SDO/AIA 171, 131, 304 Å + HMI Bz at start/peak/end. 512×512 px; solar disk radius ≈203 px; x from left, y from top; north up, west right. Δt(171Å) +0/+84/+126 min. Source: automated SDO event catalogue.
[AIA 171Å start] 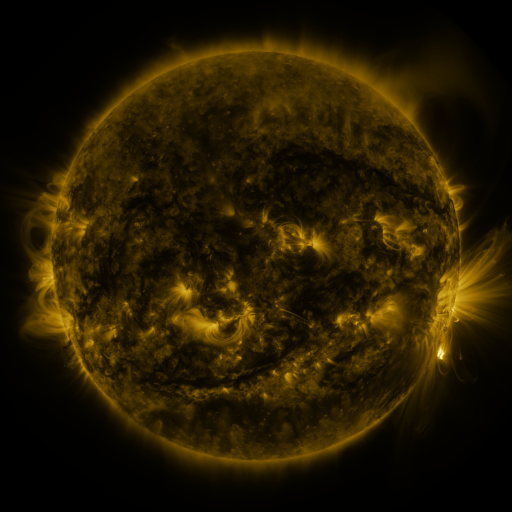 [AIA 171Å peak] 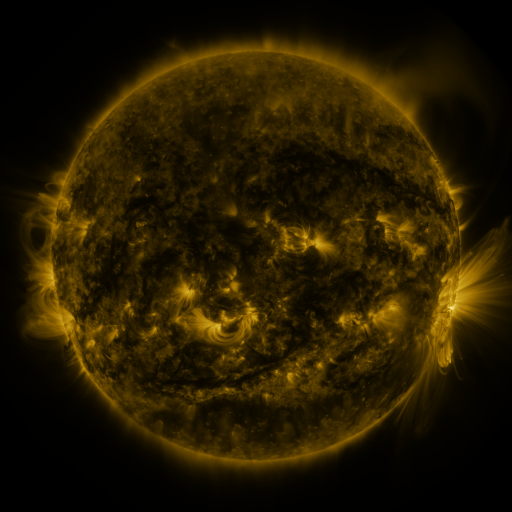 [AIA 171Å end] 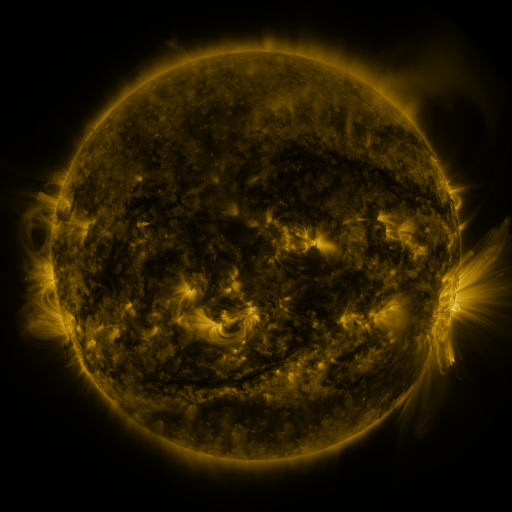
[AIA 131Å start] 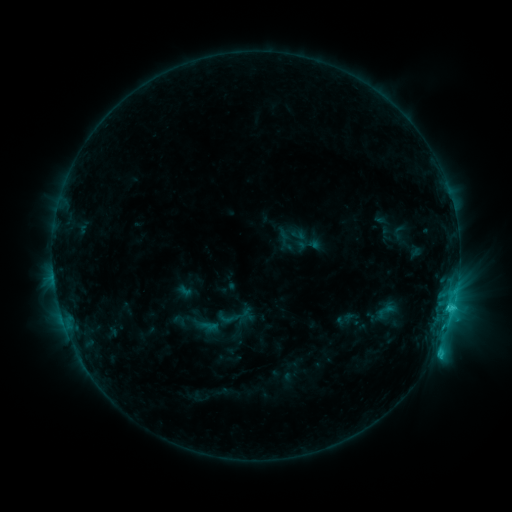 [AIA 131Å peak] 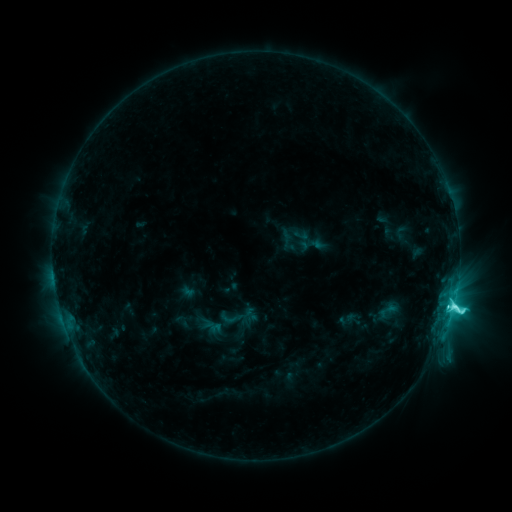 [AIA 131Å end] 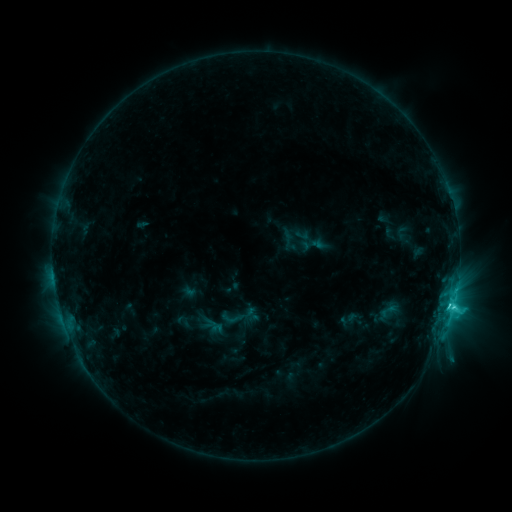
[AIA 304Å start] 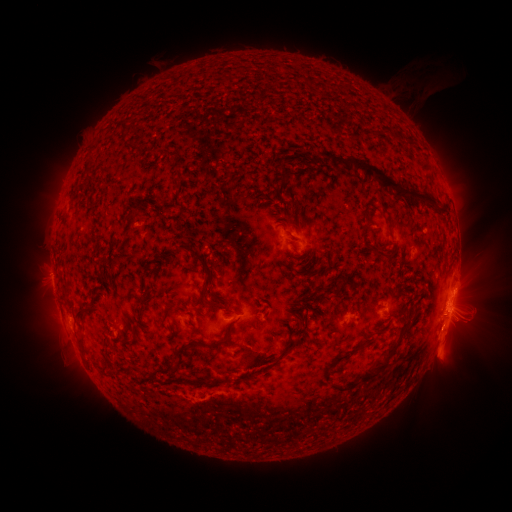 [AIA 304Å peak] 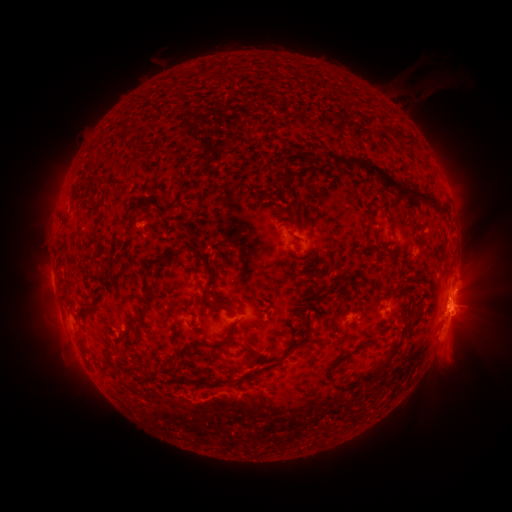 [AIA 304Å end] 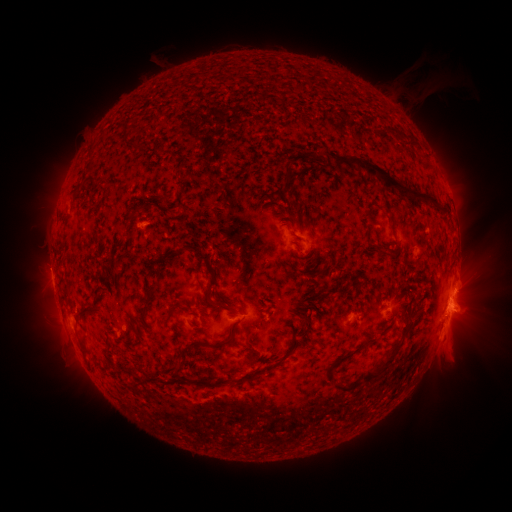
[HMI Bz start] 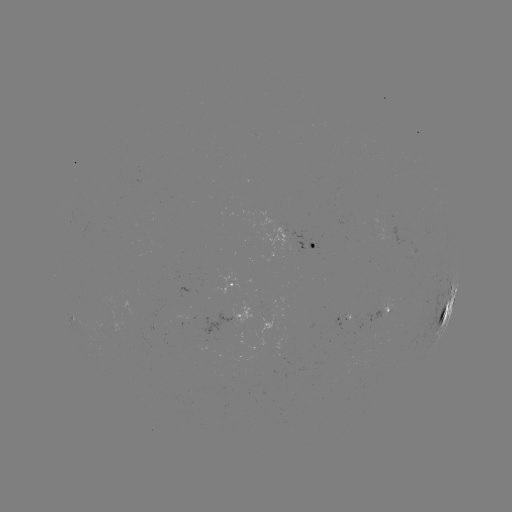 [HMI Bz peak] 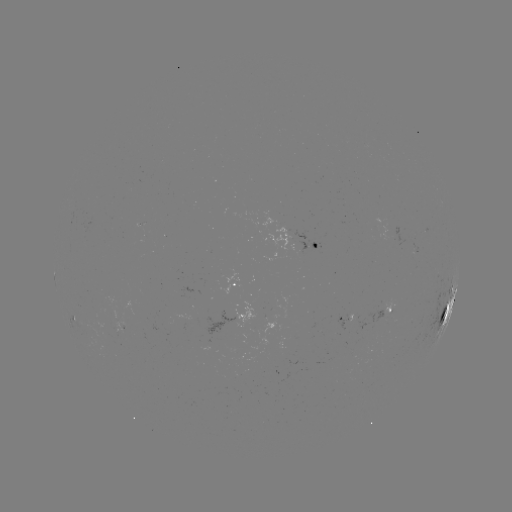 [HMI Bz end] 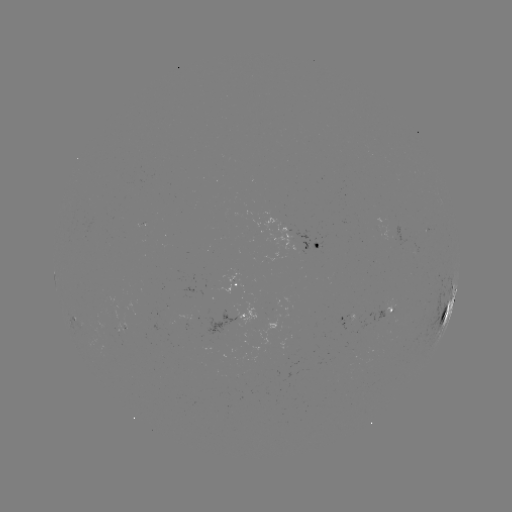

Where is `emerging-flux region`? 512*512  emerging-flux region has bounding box [174, 314, 192, 325].